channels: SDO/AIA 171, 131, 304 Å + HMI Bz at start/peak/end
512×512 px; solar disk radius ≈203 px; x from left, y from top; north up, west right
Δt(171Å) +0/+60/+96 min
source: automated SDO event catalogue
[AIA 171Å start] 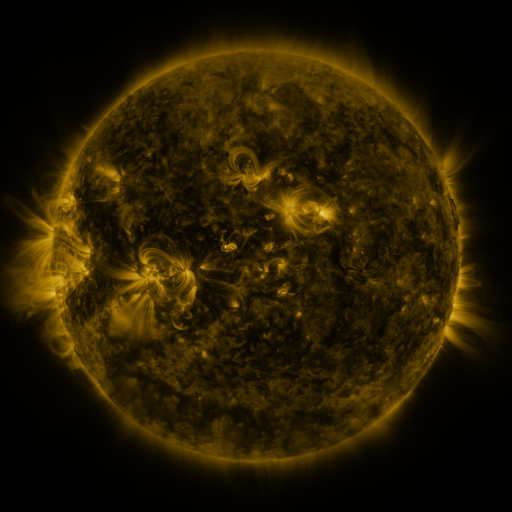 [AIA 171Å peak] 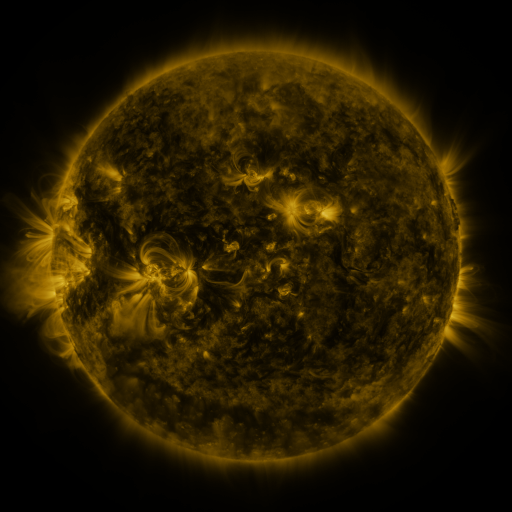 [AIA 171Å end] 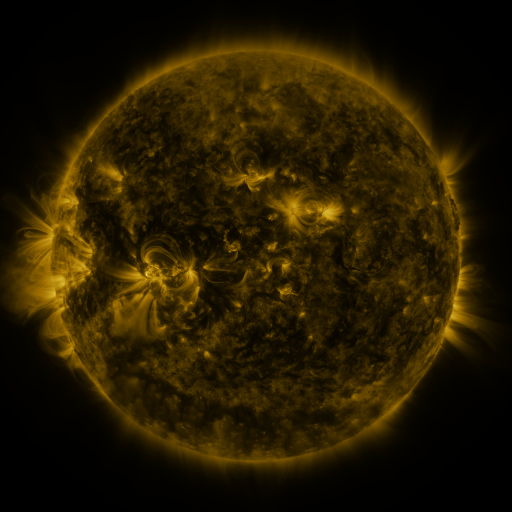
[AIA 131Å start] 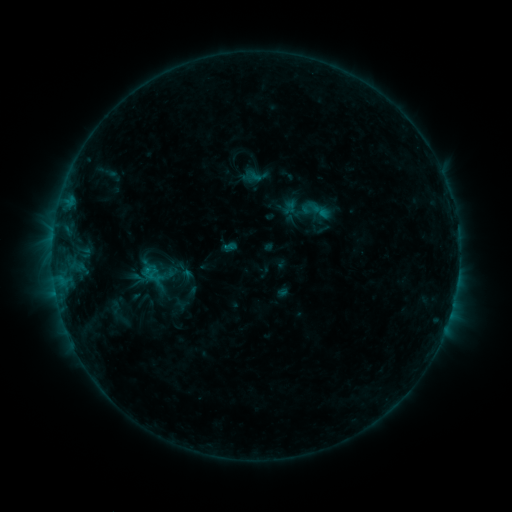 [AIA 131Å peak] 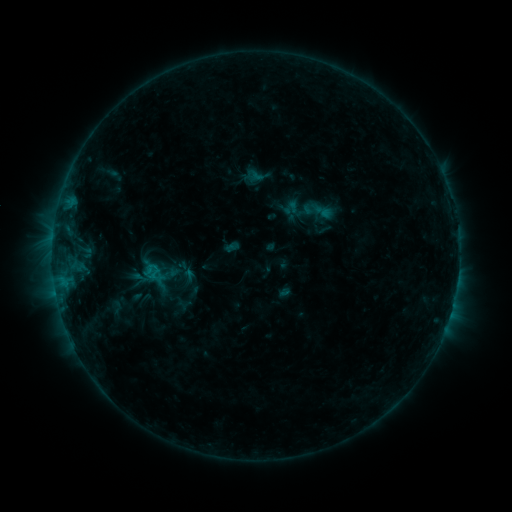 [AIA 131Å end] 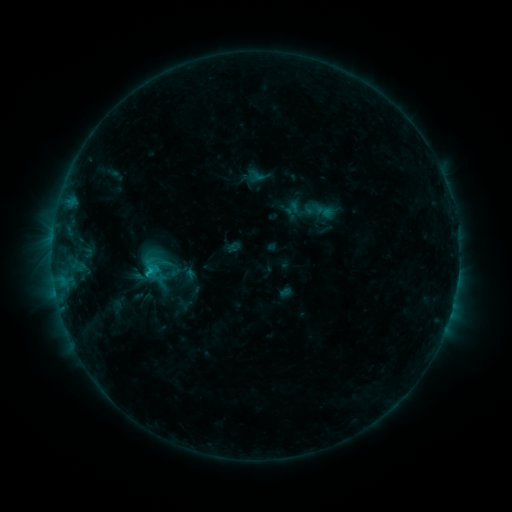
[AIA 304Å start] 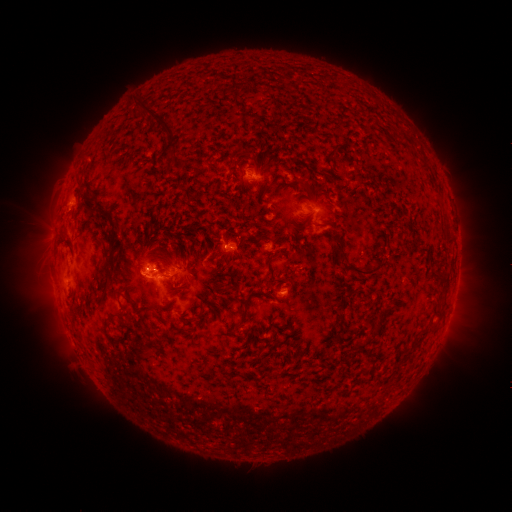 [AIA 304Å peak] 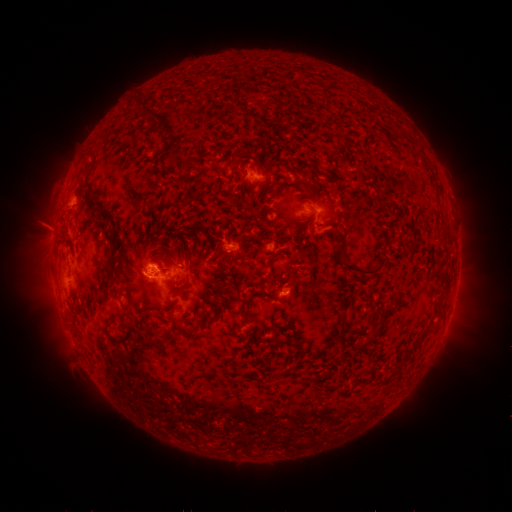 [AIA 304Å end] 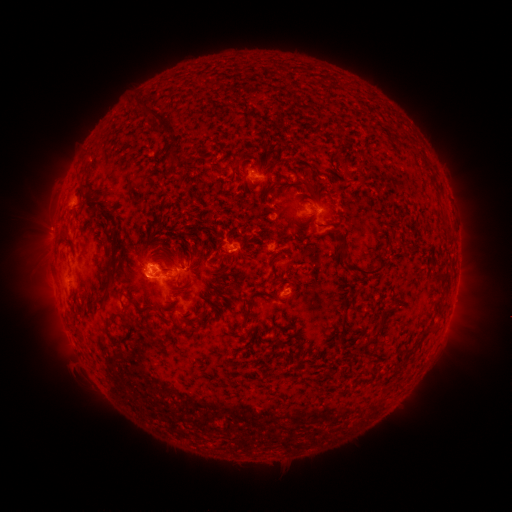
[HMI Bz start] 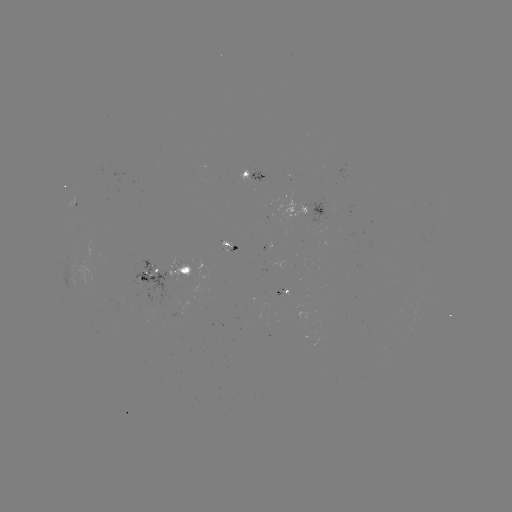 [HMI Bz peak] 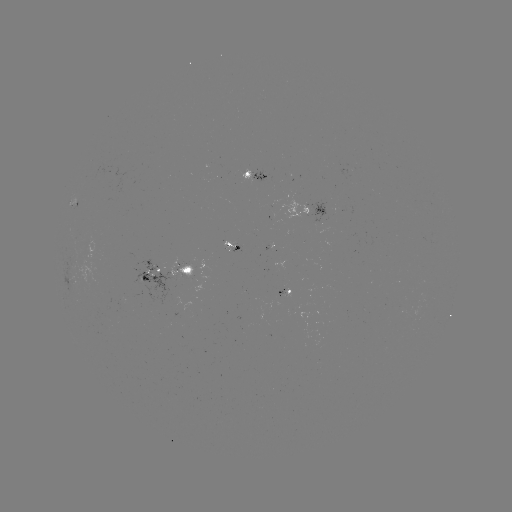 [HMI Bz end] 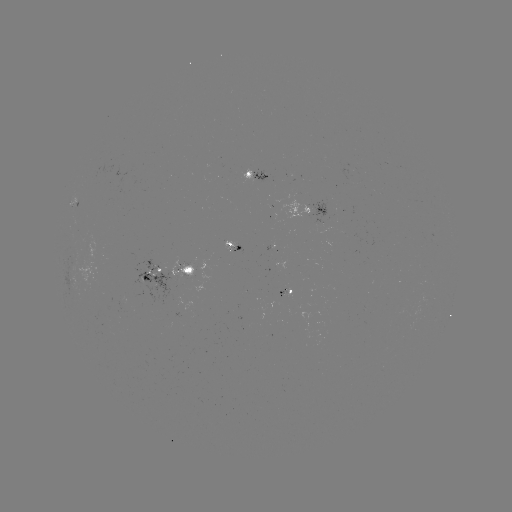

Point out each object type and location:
emerging-flux region: (150, 276)
